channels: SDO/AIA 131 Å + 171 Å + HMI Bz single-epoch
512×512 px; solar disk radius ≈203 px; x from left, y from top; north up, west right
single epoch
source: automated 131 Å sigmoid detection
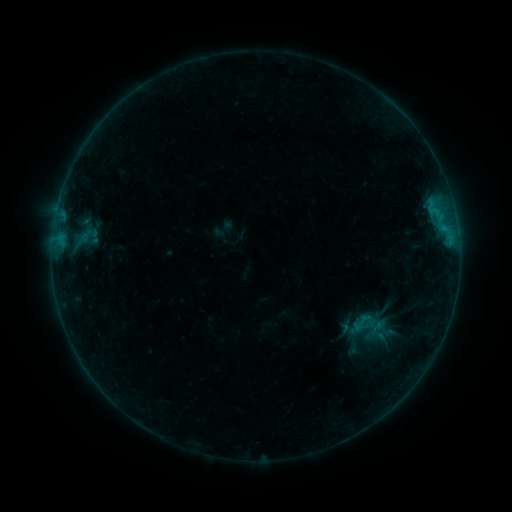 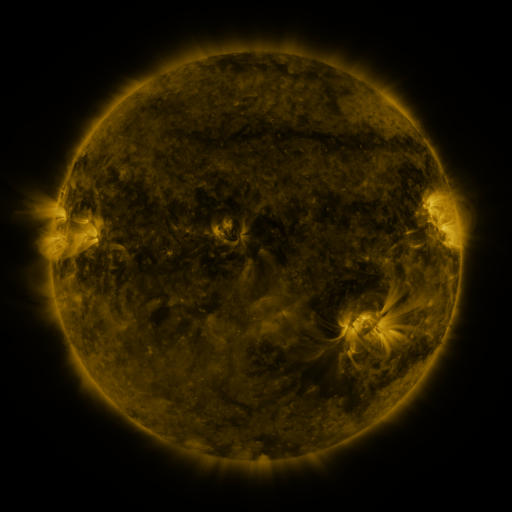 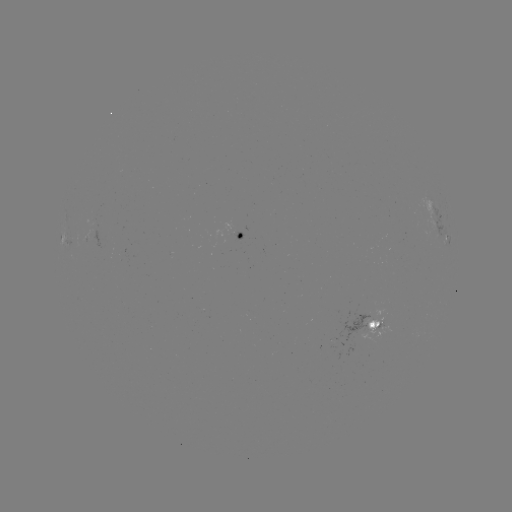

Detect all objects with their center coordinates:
sigmoid: <bbox>349, 310, 373, 334</bbox>
